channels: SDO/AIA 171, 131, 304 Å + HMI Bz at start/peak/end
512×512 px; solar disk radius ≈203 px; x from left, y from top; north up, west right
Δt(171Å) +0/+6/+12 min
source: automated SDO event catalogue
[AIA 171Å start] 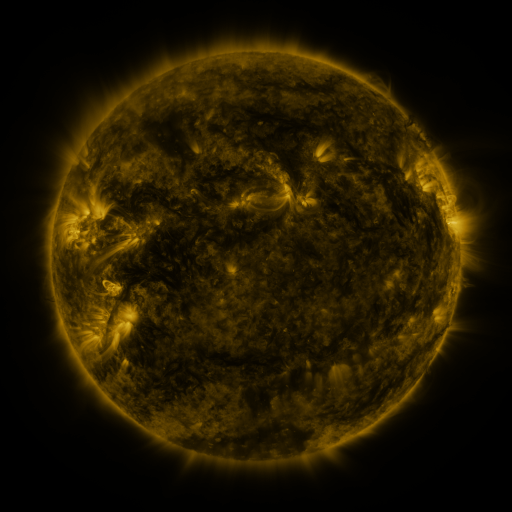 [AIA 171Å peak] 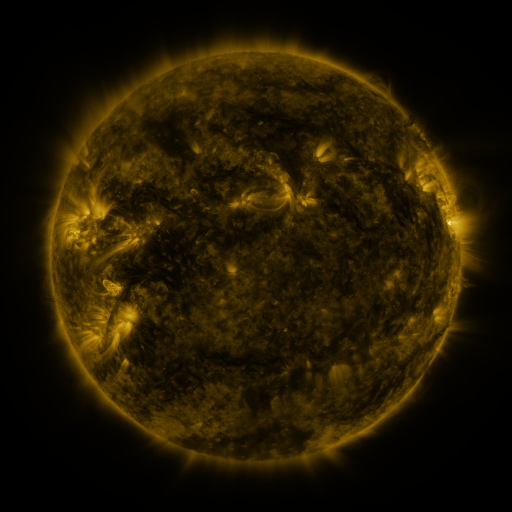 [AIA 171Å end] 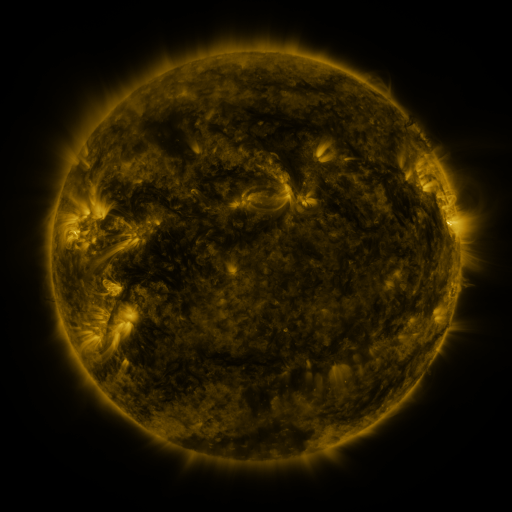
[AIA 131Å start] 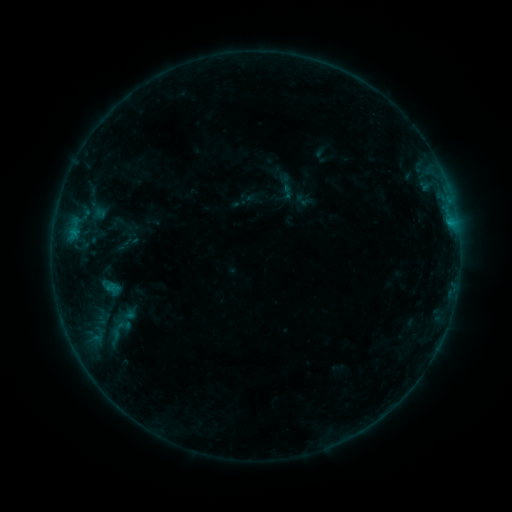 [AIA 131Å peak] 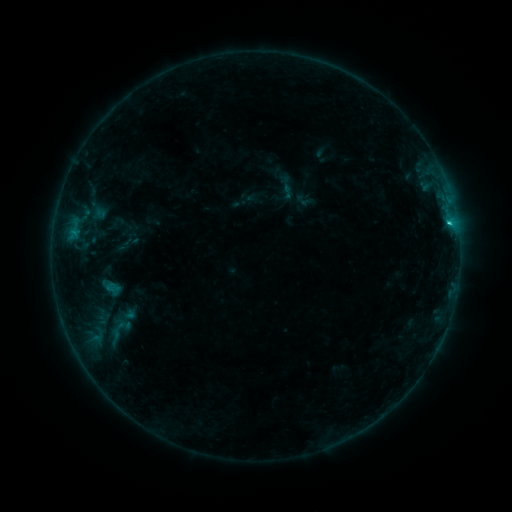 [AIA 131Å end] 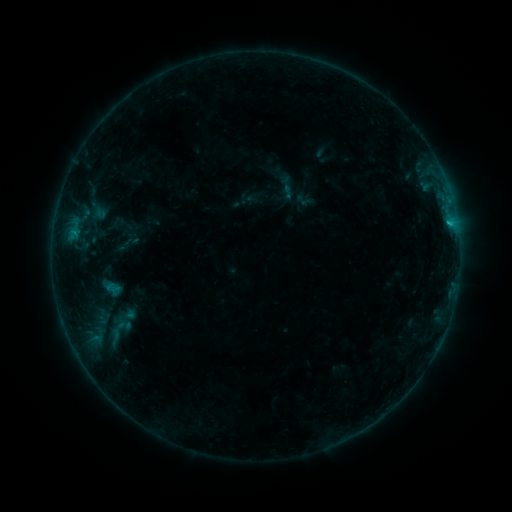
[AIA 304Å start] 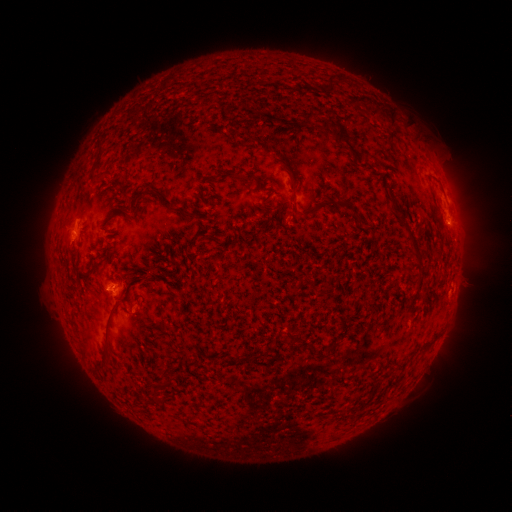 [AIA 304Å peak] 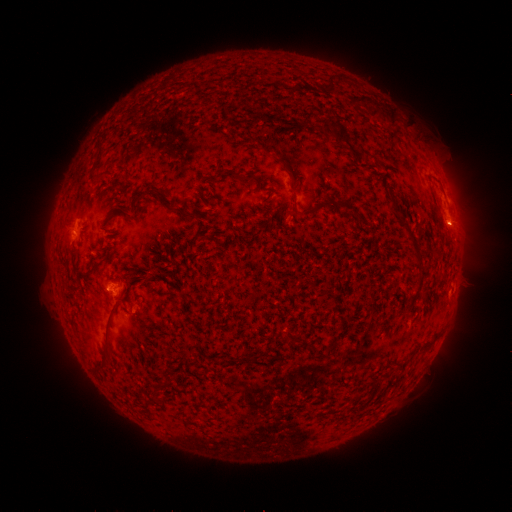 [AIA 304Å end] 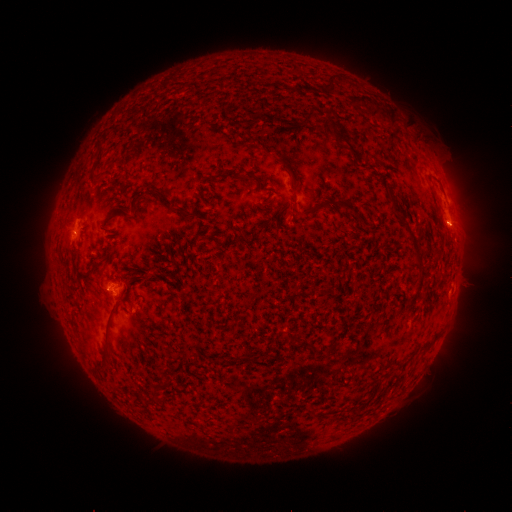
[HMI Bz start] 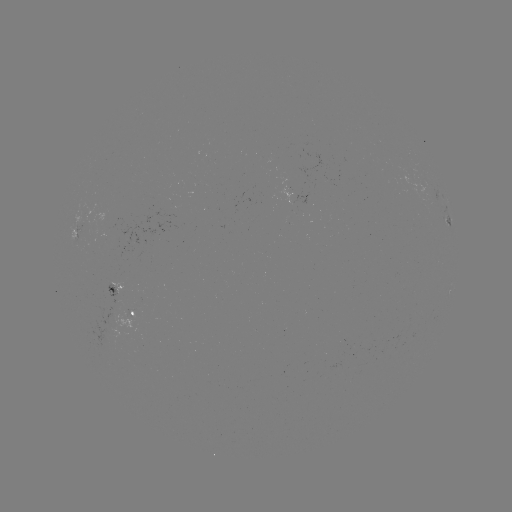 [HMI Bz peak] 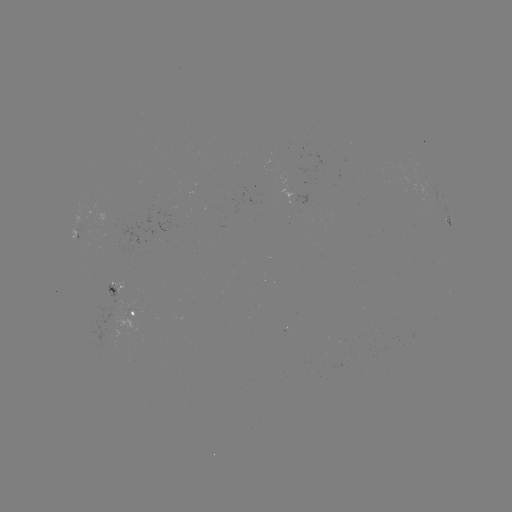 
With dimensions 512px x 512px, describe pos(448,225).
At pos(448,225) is B8.4 flare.